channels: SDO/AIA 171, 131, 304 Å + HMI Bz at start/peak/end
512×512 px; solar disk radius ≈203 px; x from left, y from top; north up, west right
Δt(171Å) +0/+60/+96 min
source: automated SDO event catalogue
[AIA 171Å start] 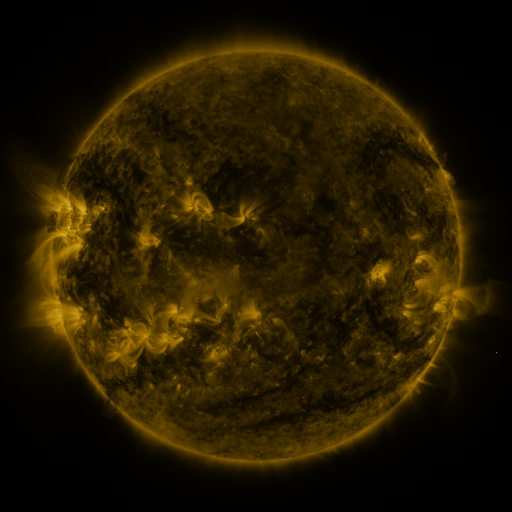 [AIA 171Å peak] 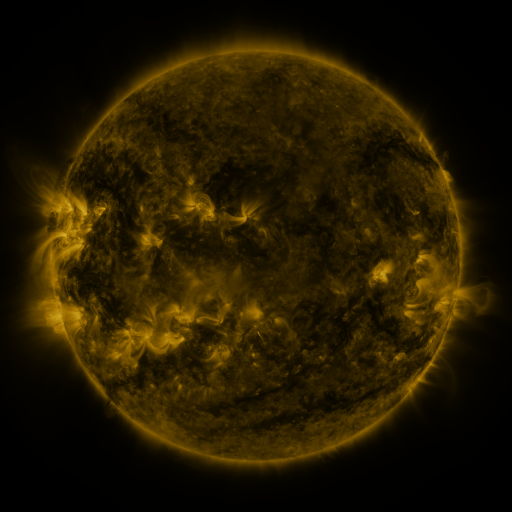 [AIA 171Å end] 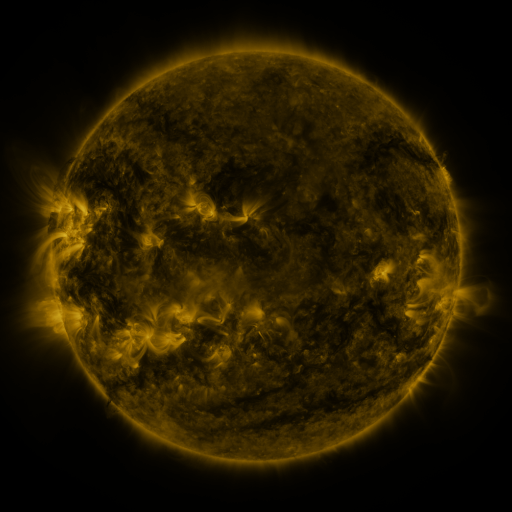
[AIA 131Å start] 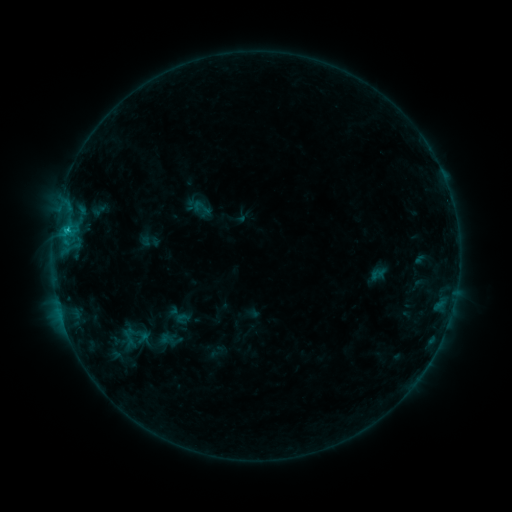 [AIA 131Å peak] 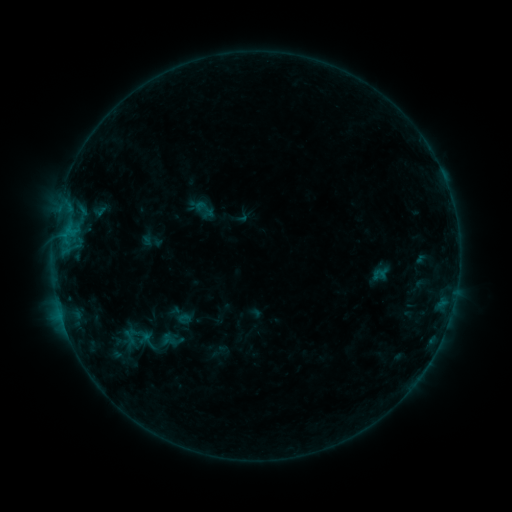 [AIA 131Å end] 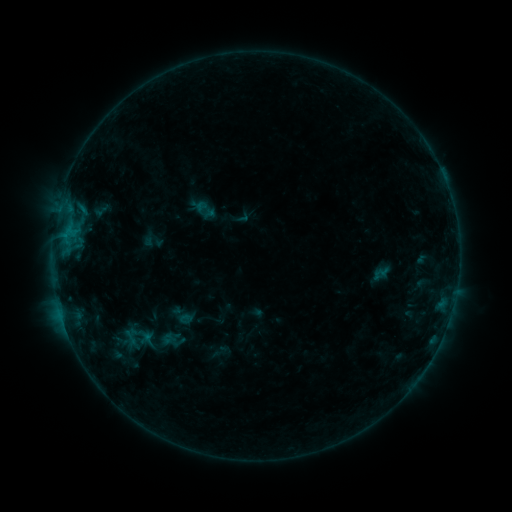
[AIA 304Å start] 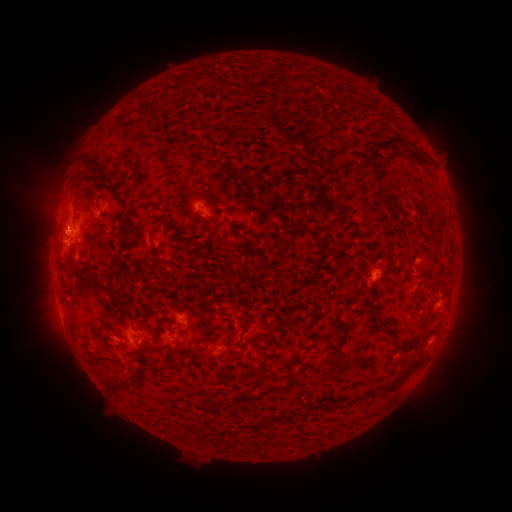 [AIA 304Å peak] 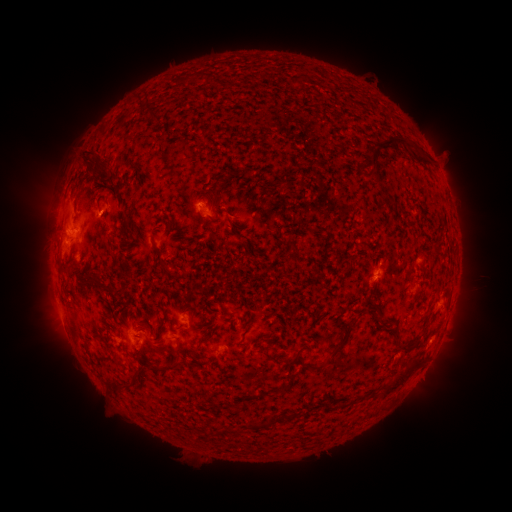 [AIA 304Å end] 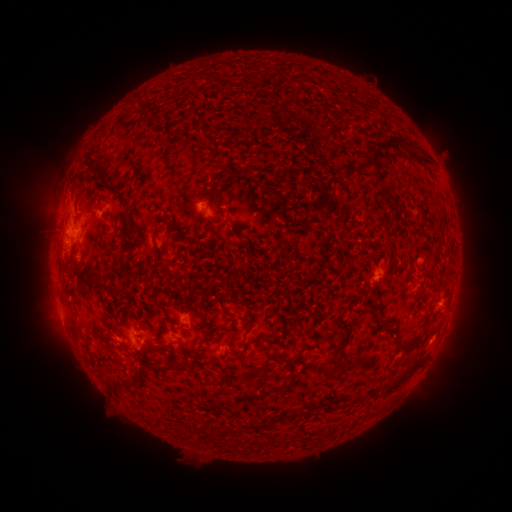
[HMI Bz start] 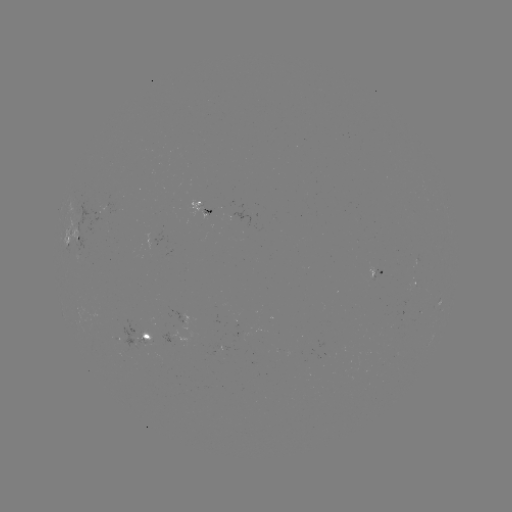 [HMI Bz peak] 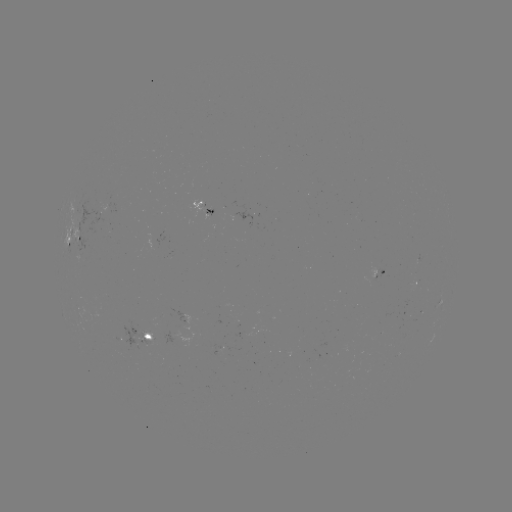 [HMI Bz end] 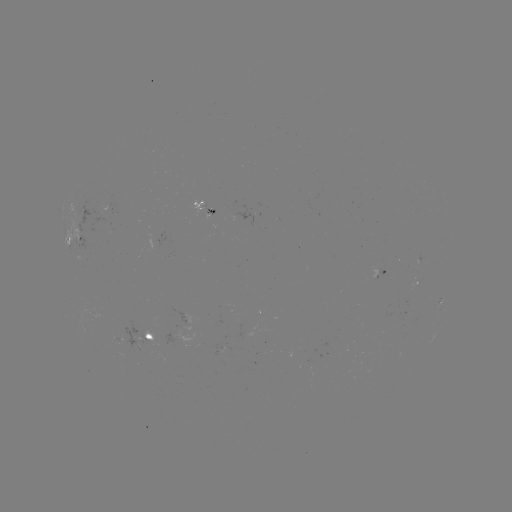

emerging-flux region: (102, 205, 117, 213)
